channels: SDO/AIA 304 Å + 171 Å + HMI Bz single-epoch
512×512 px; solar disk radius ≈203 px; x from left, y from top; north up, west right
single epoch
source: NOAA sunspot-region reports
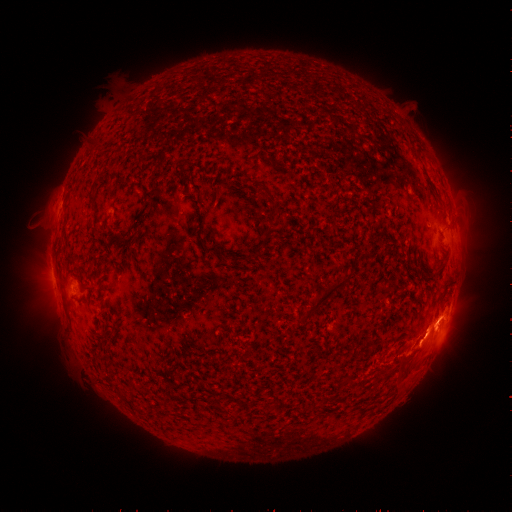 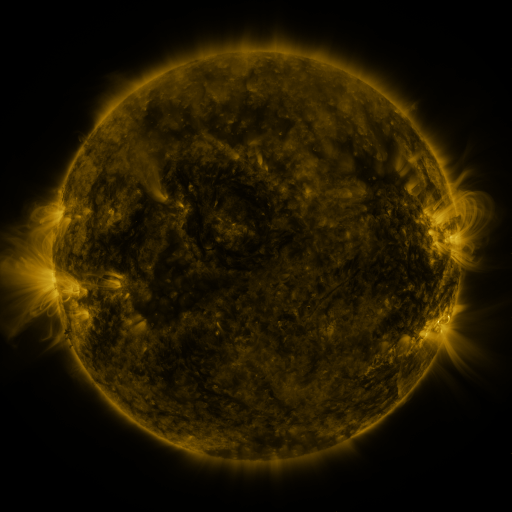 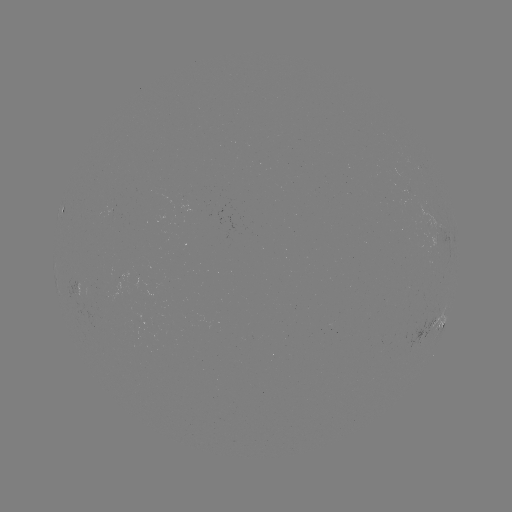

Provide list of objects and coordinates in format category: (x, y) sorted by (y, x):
spotted active region: (63, 211)
spotted active region: (81, 289)
spotted active region: (437, 325)
